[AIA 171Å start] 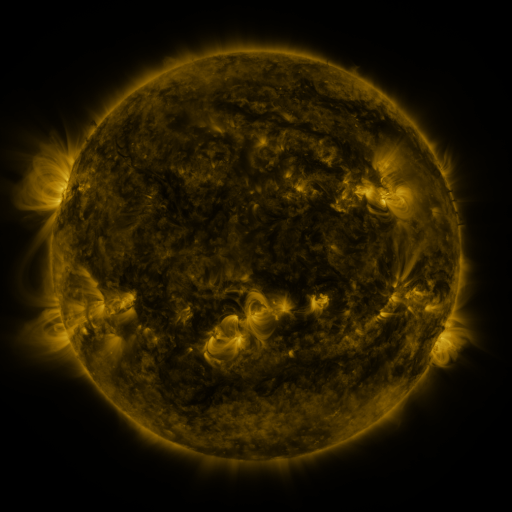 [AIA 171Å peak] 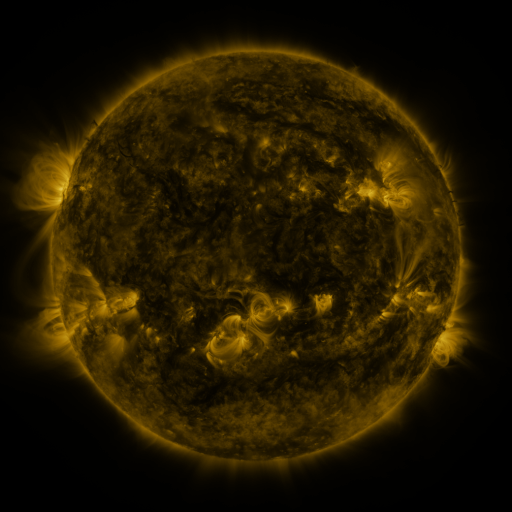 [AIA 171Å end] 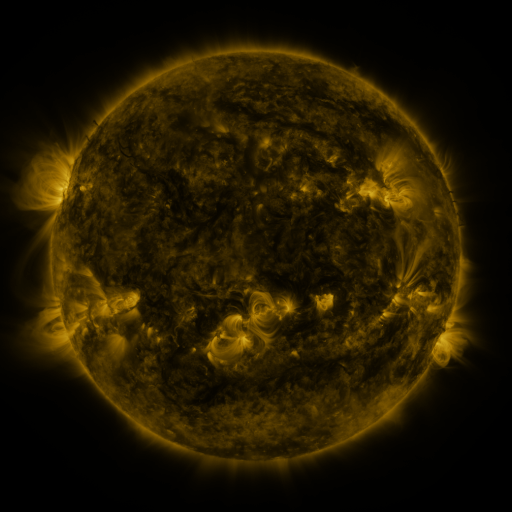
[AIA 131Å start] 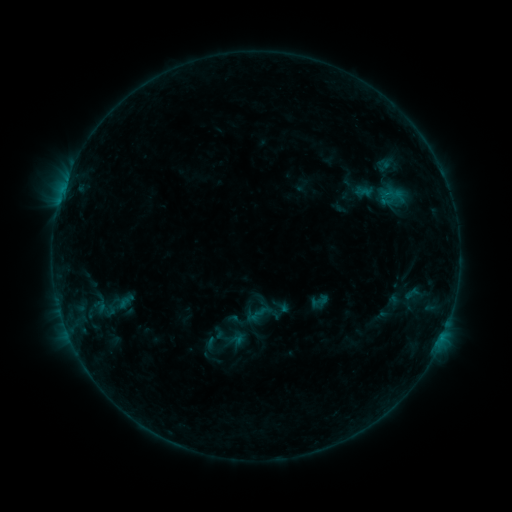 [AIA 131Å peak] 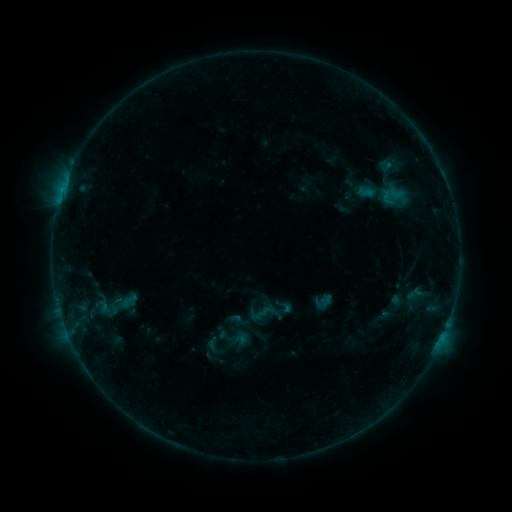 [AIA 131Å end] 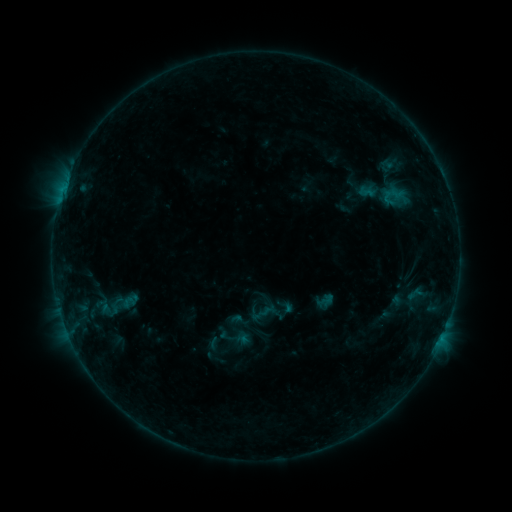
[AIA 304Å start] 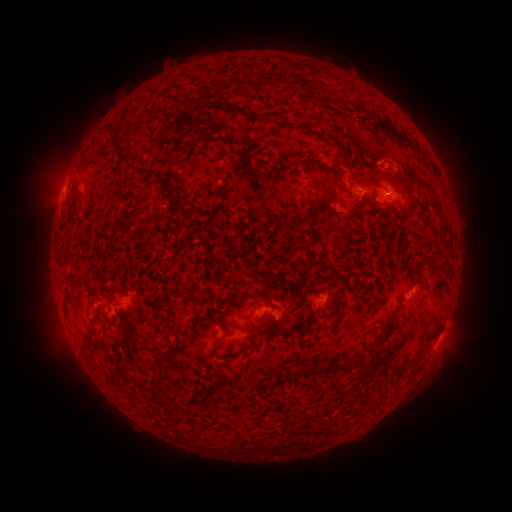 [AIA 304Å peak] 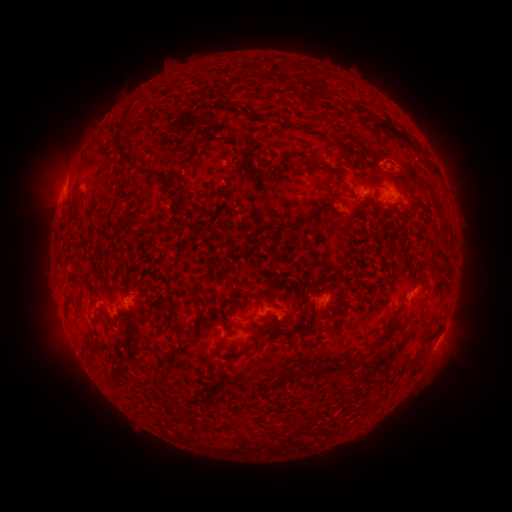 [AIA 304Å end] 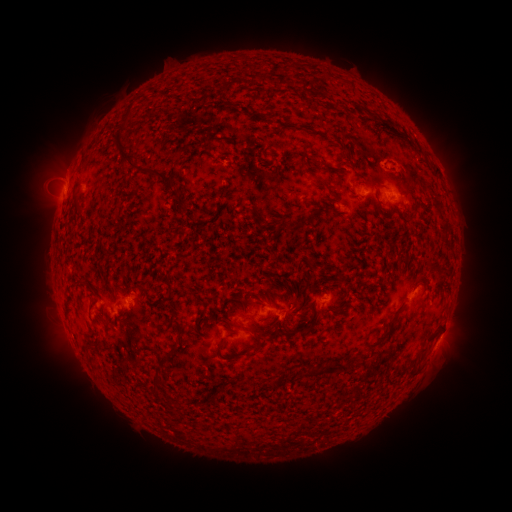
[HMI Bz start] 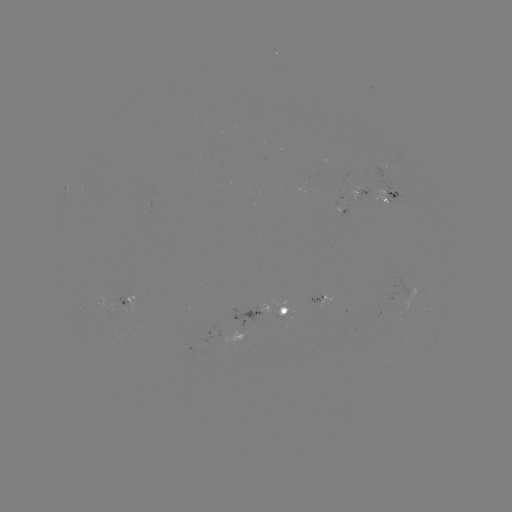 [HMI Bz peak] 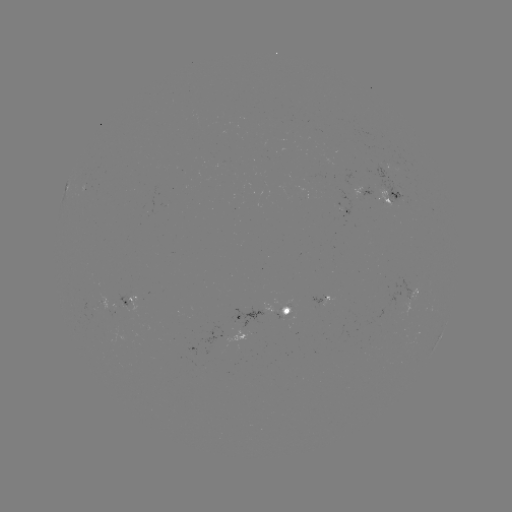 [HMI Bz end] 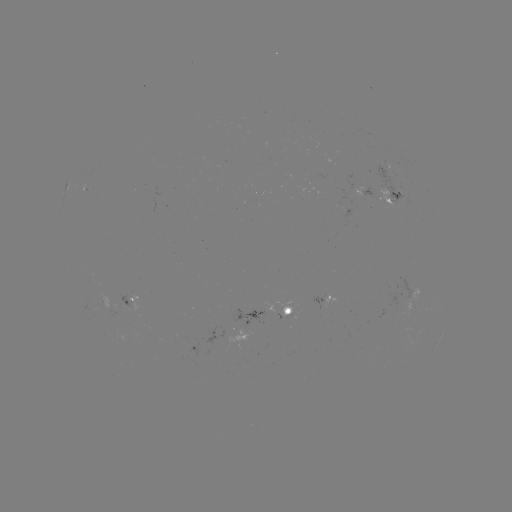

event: emerging-flux region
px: (384, 199)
